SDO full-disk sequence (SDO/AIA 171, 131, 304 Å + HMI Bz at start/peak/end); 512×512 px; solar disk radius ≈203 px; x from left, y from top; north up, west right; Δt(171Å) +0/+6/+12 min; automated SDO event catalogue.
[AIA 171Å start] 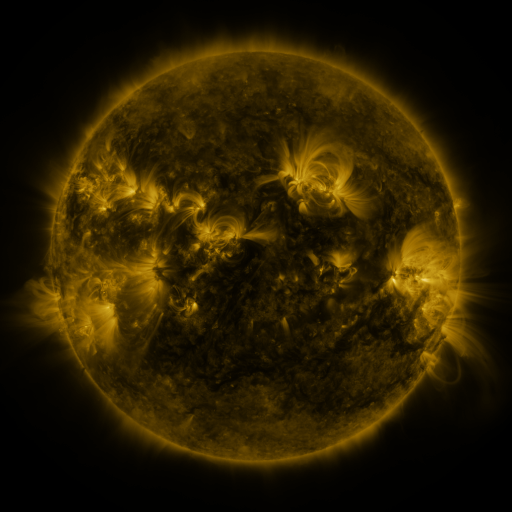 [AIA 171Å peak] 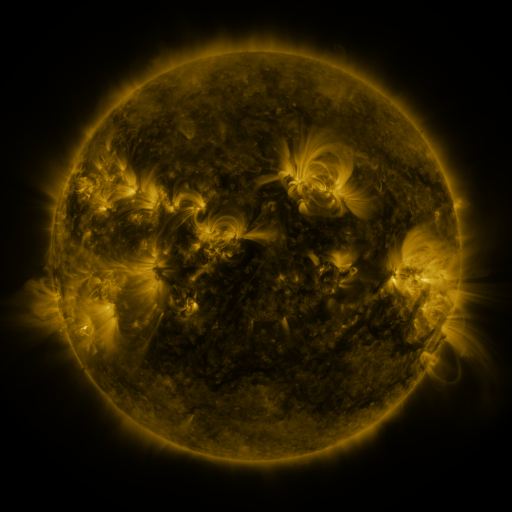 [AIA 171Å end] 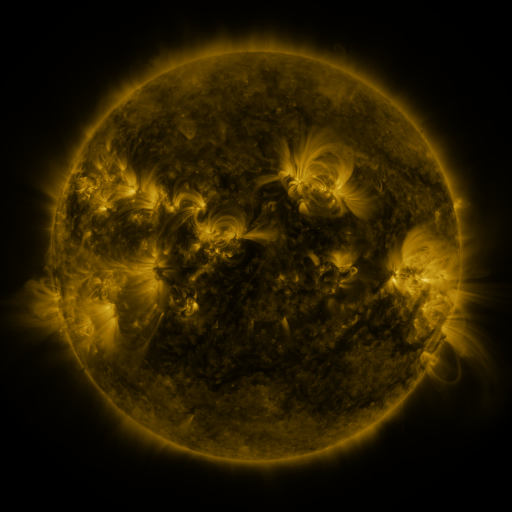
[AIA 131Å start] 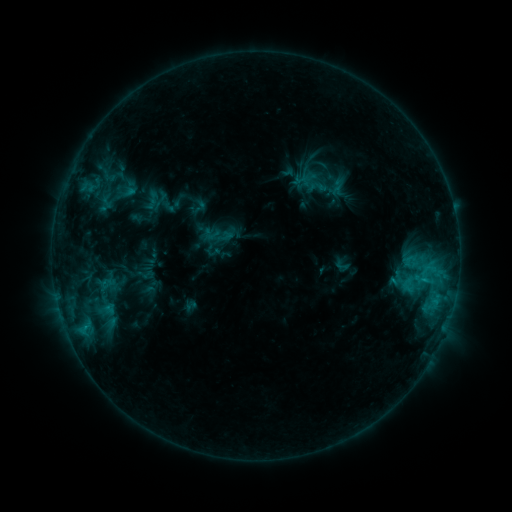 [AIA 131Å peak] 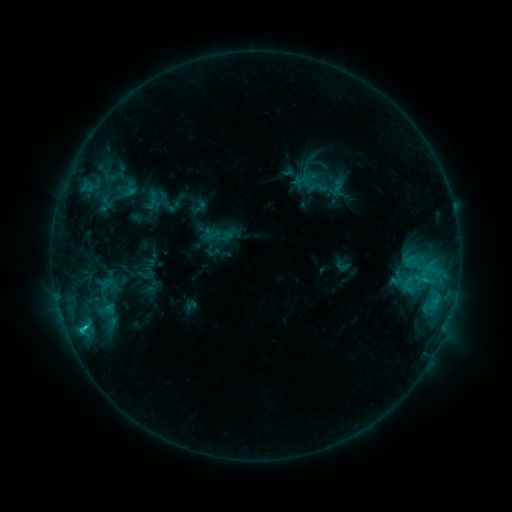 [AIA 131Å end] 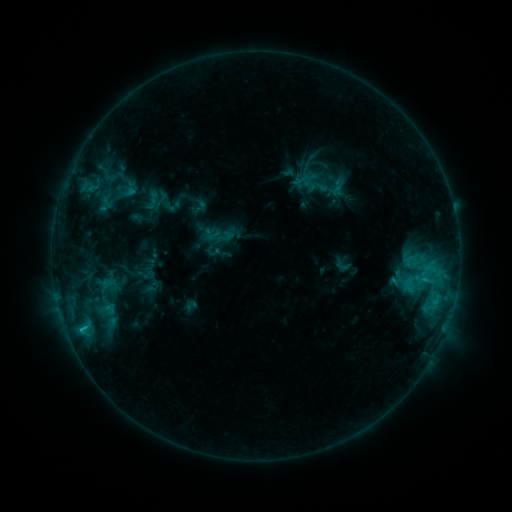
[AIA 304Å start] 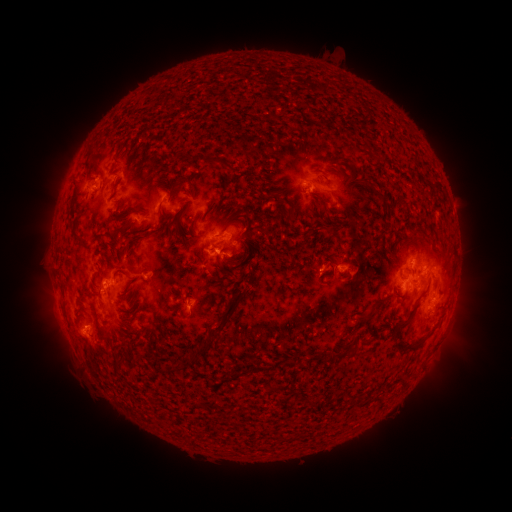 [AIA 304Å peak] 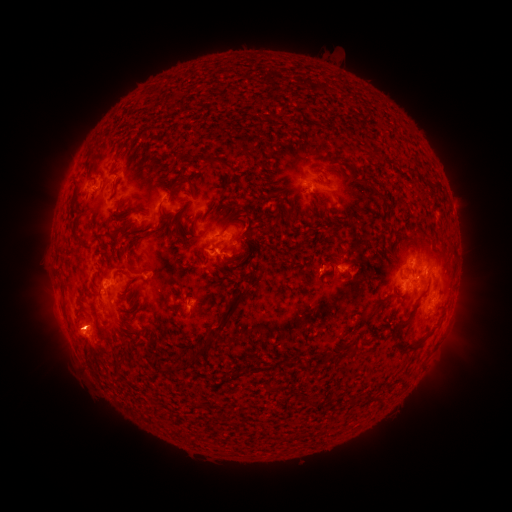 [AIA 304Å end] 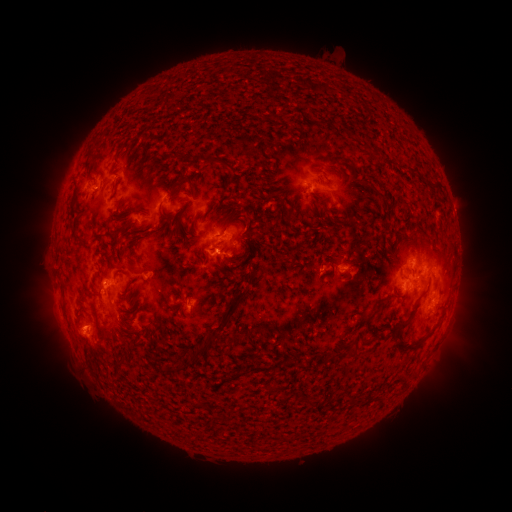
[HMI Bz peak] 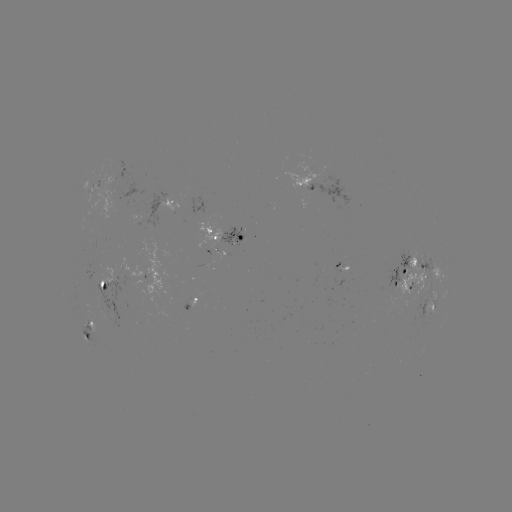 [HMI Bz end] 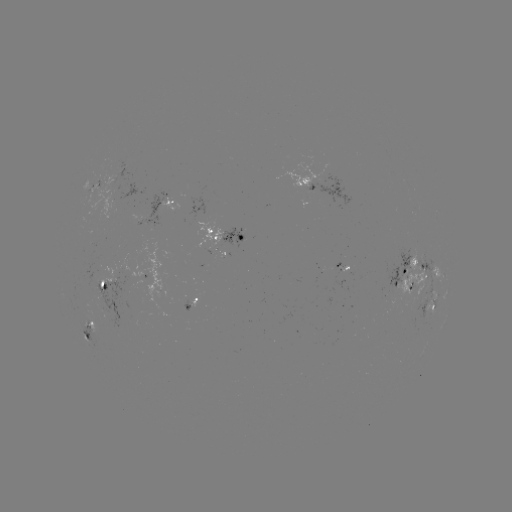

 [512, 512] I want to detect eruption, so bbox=[47, 306, 103, 360].